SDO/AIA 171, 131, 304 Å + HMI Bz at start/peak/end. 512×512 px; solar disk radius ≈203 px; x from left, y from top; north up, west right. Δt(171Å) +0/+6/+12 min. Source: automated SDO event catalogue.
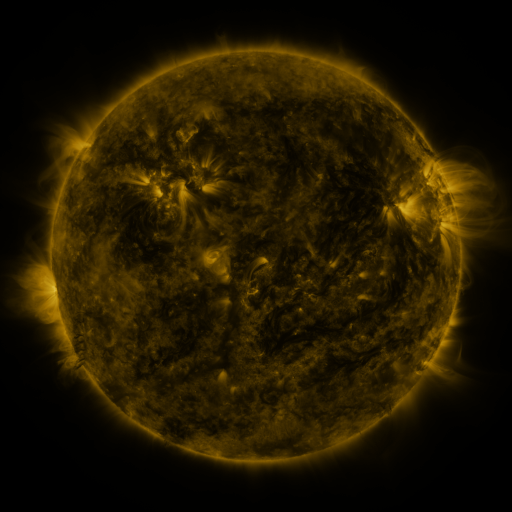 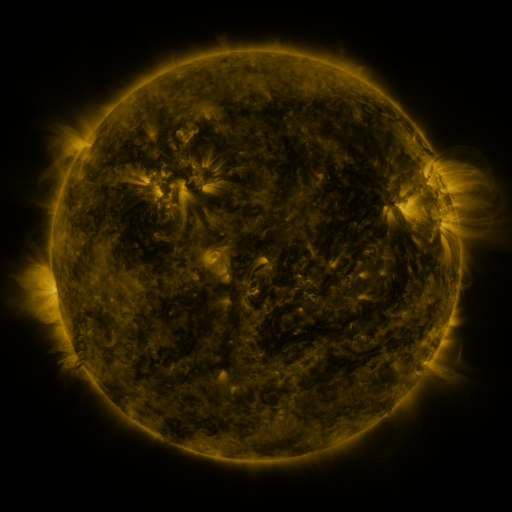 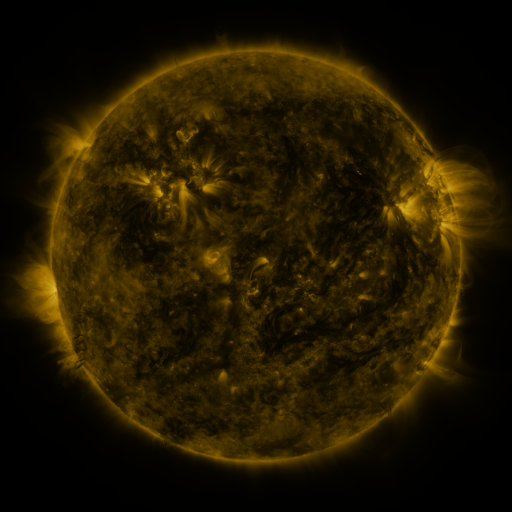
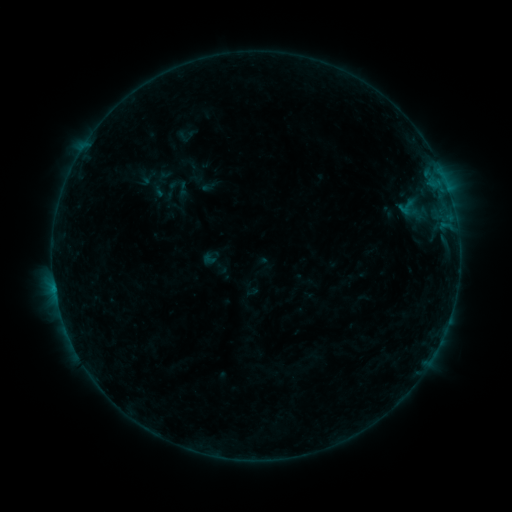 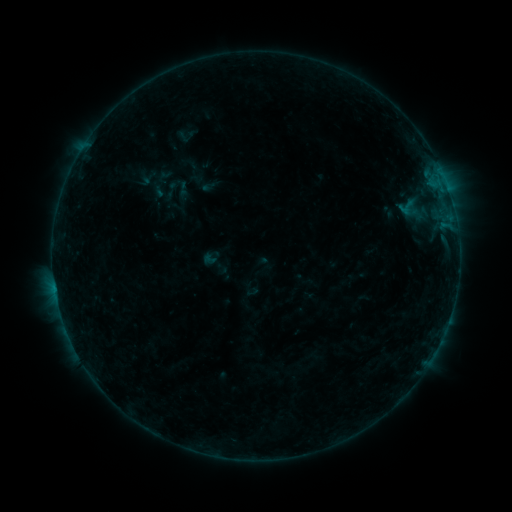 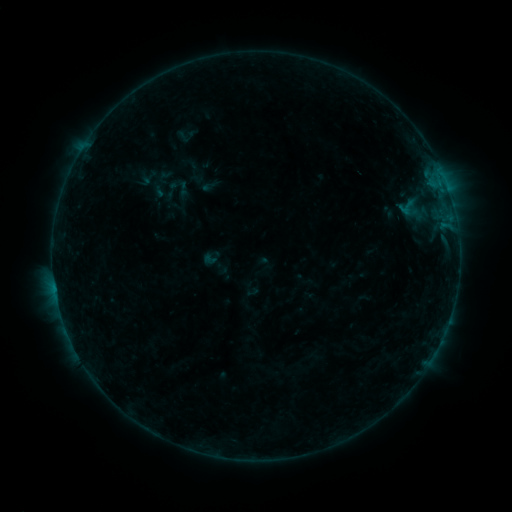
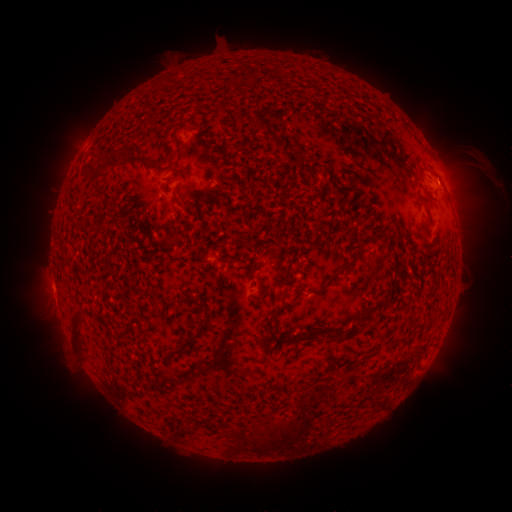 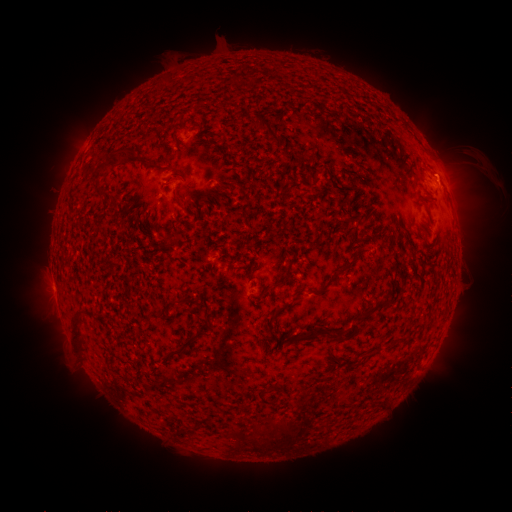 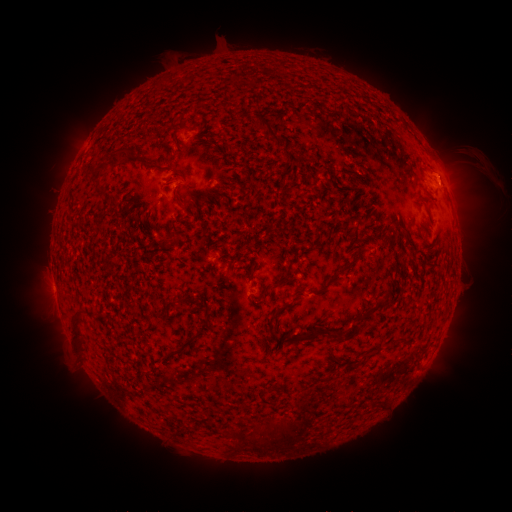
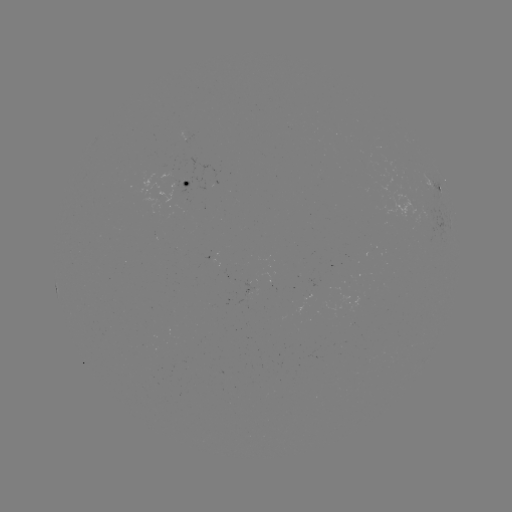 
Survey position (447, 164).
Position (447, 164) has eruption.